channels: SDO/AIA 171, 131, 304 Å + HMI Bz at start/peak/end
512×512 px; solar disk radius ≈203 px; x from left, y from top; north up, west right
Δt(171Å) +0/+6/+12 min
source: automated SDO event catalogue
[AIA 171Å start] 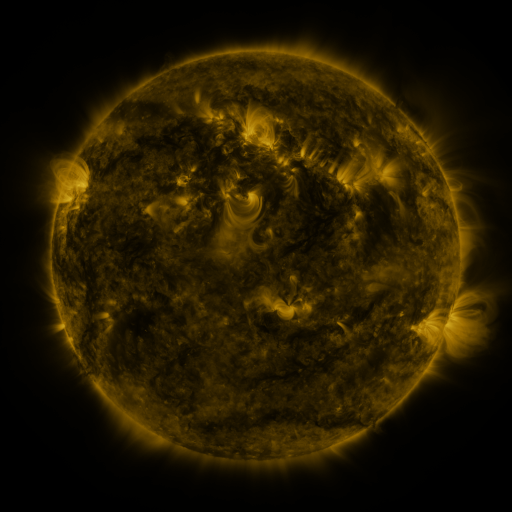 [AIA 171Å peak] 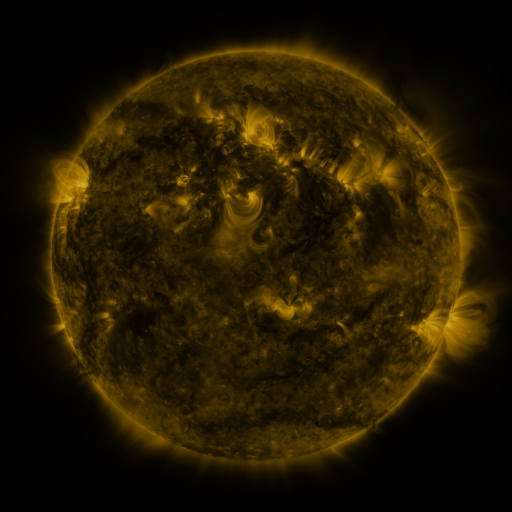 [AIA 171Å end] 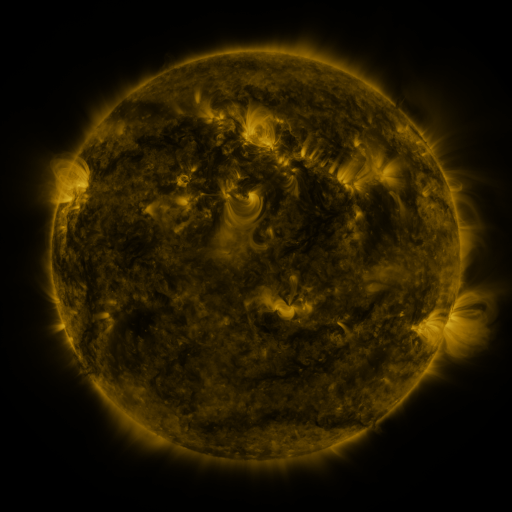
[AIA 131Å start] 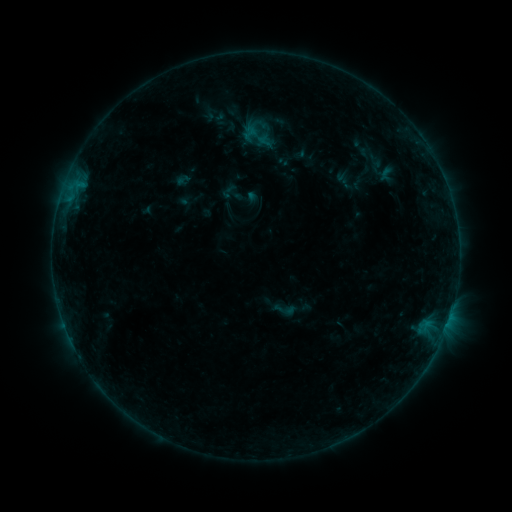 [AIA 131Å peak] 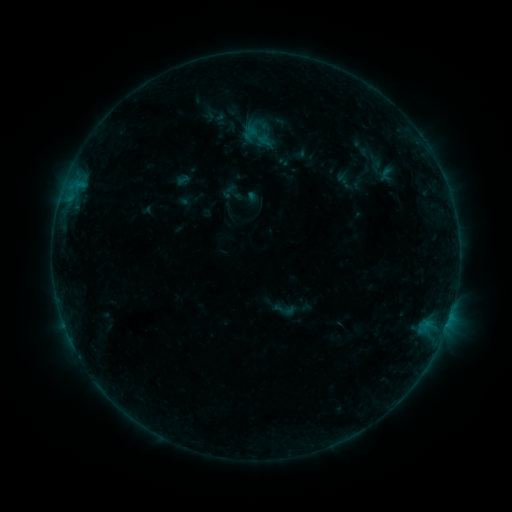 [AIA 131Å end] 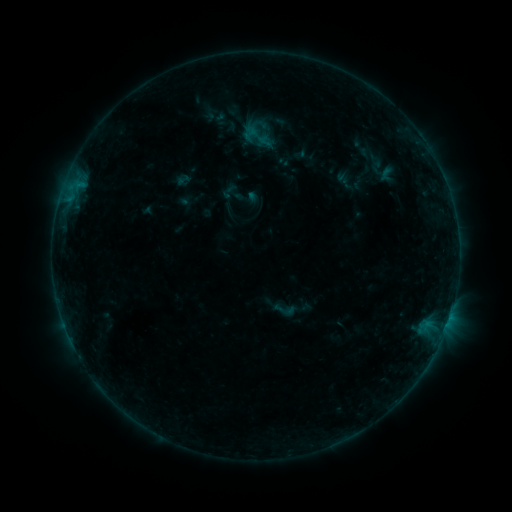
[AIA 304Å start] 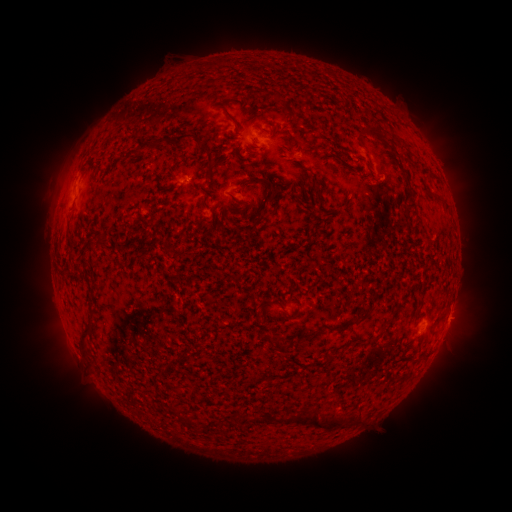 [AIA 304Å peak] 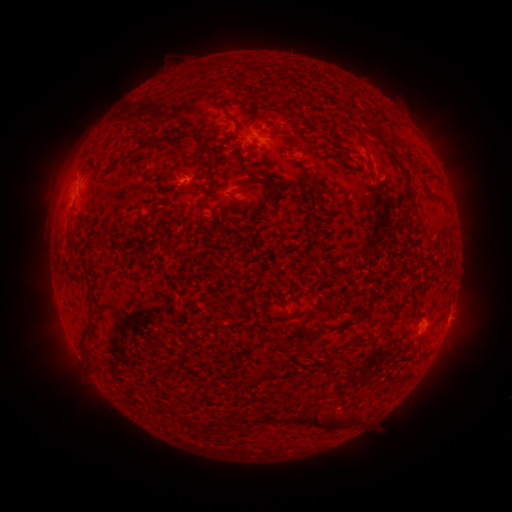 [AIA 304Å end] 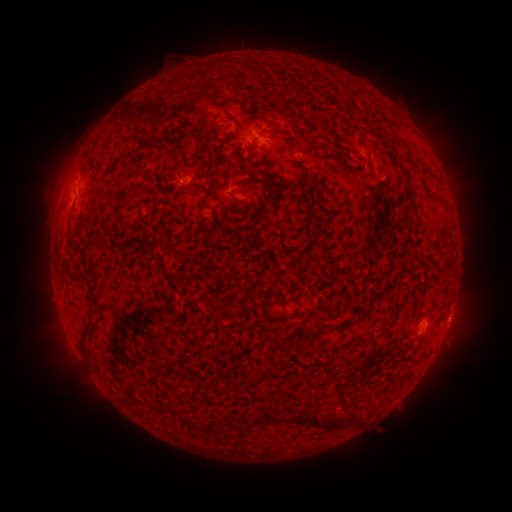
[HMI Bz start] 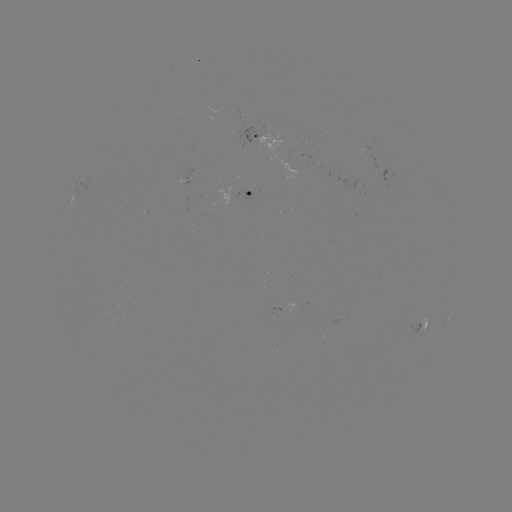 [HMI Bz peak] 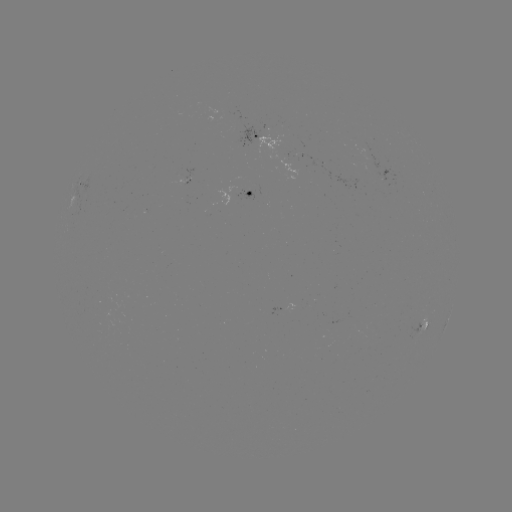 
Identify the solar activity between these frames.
nothing was catalogued: no classed flare, no EUV trigger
